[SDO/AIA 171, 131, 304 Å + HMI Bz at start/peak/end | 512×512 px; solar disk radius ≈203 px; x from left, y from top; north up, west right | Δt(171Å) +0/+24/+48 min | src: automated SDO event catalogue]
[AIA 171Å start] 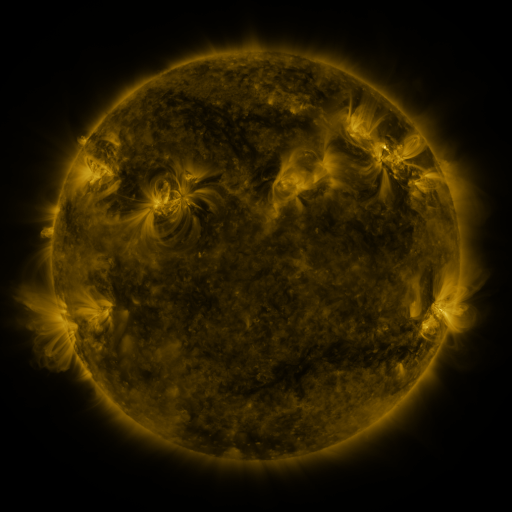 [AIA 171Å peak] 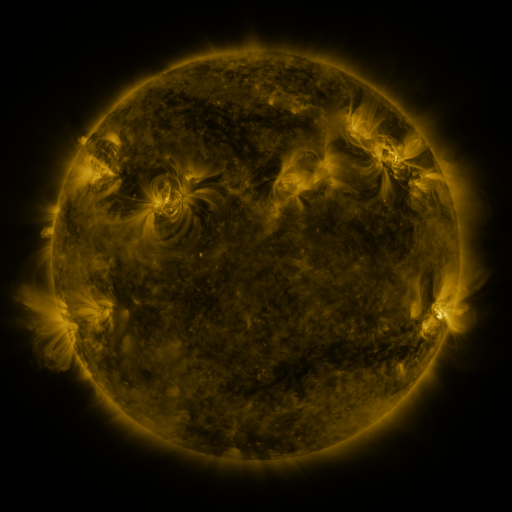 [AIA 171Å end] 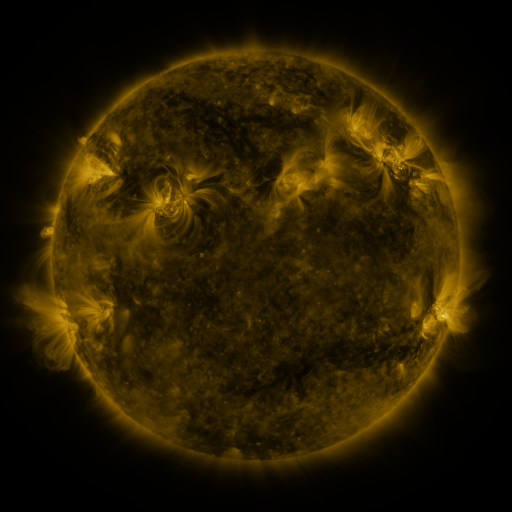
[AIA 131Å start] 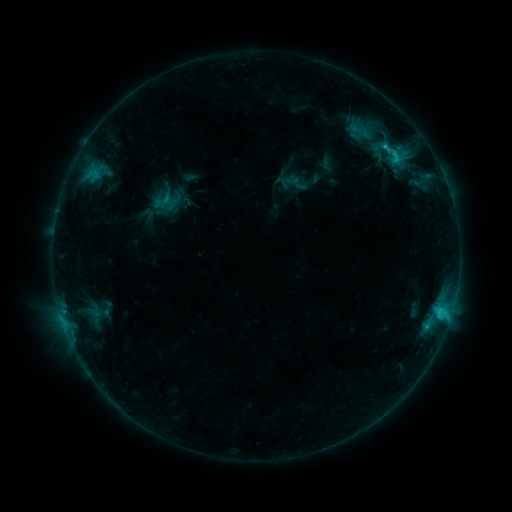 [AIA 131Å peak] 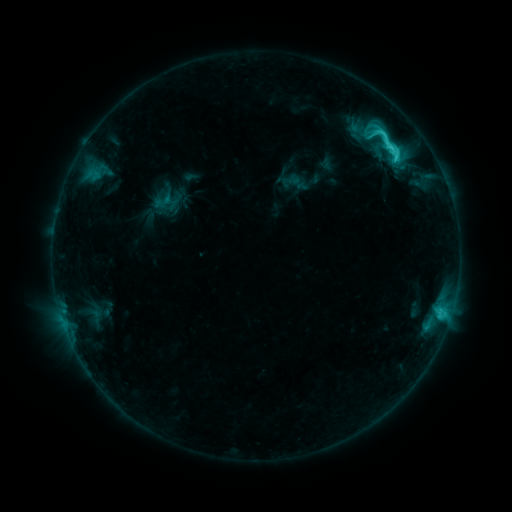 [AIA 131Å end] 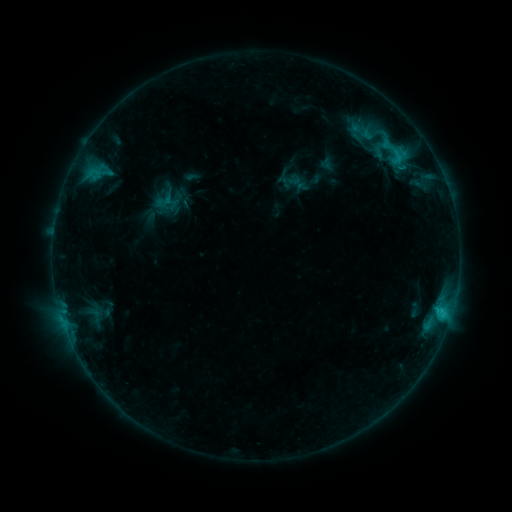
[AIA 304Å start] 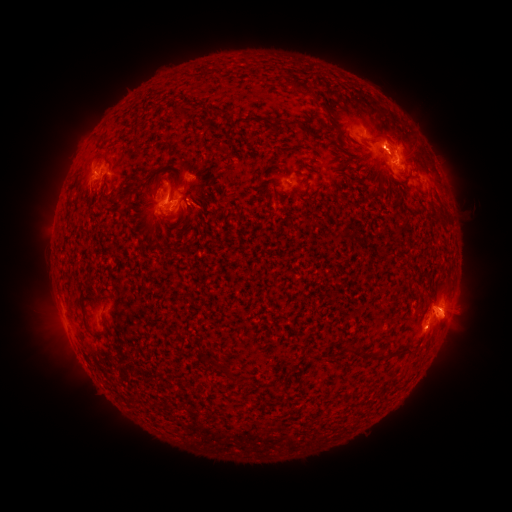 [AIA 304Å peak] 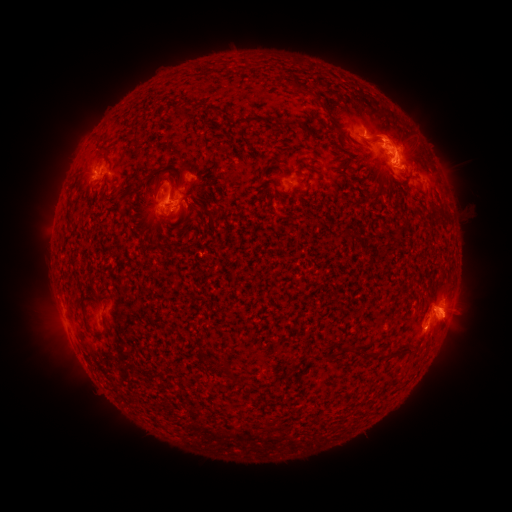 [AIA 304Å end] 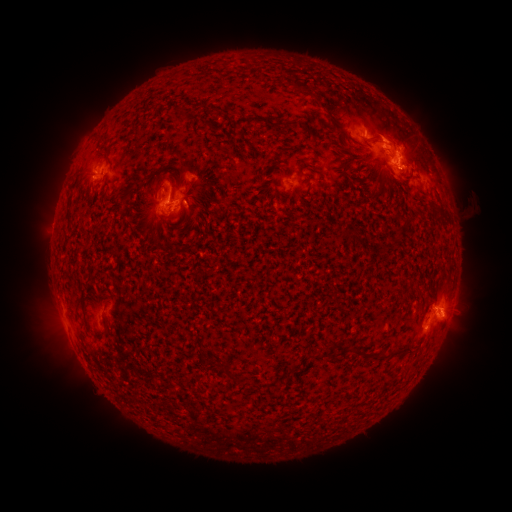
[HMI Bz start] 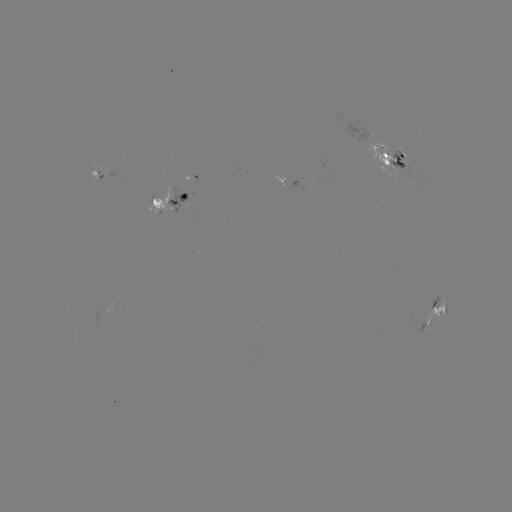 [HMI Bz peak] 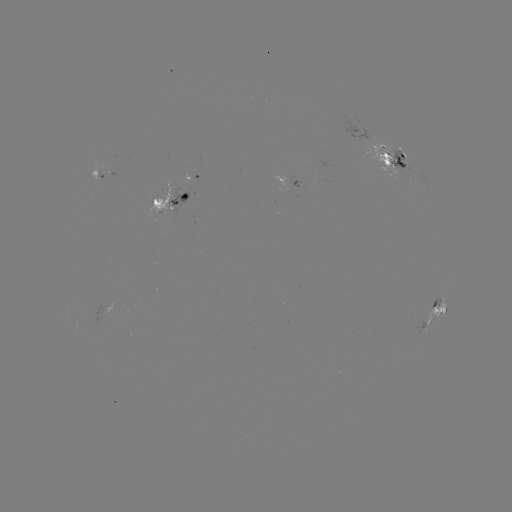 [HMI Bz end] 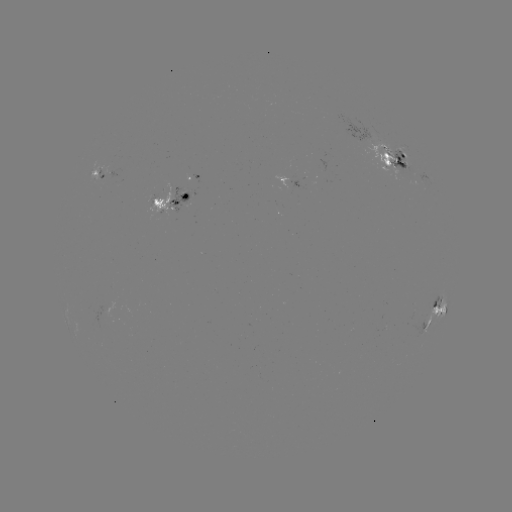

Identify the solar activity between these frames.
emerging-flux region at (174, 203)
